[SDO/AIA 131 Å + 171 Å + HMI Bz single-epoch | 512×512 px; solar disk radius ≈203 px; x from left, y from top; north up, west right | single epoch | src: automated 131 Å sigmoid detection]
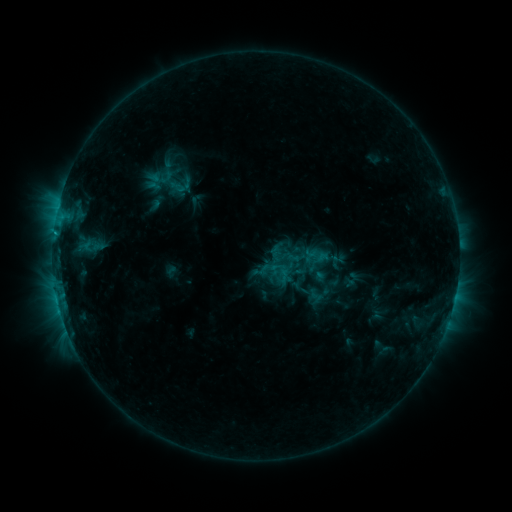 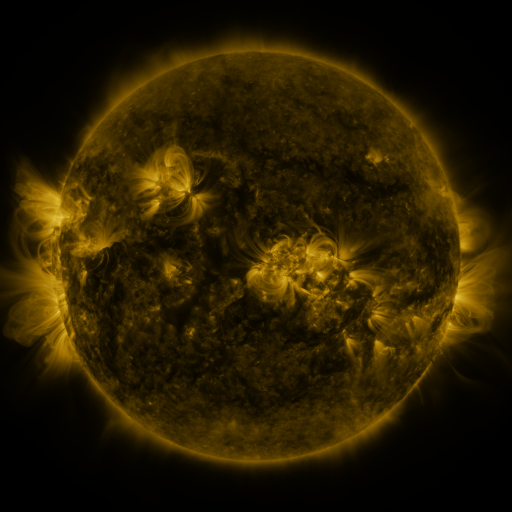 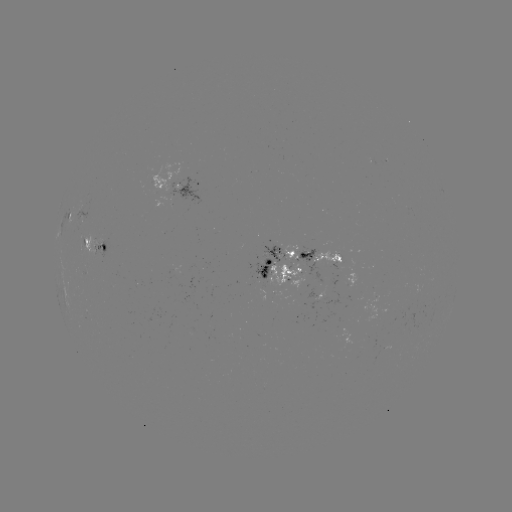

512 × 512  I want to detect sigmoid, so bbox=[268, 247, 307, 288].